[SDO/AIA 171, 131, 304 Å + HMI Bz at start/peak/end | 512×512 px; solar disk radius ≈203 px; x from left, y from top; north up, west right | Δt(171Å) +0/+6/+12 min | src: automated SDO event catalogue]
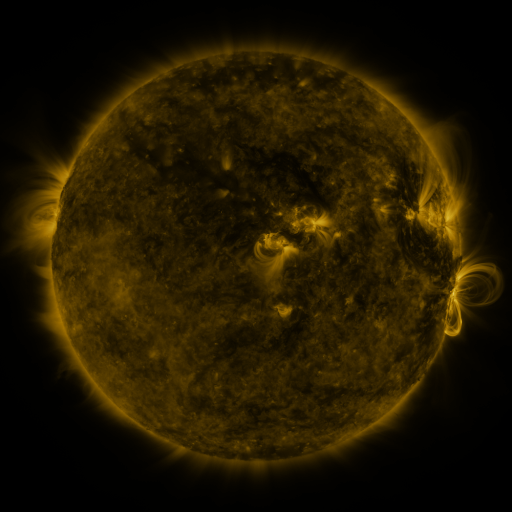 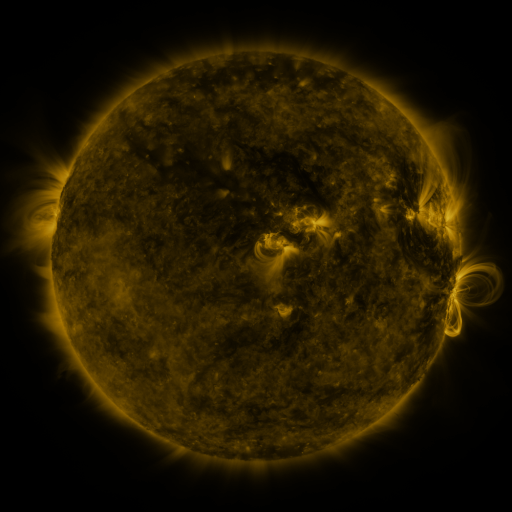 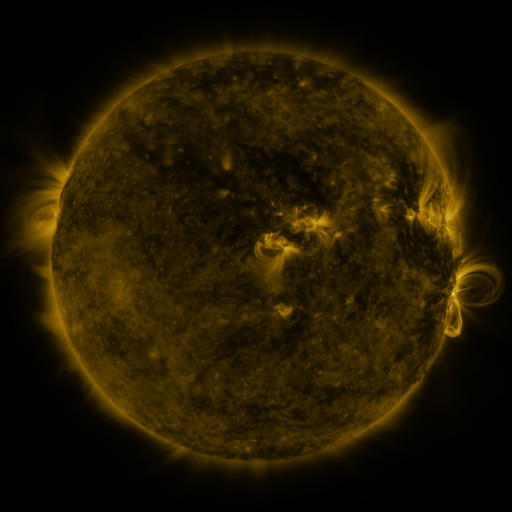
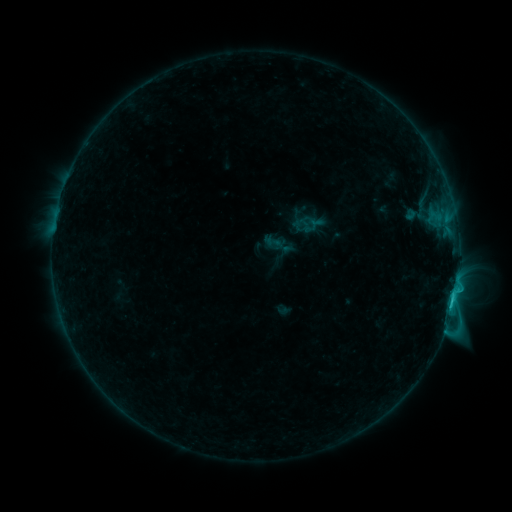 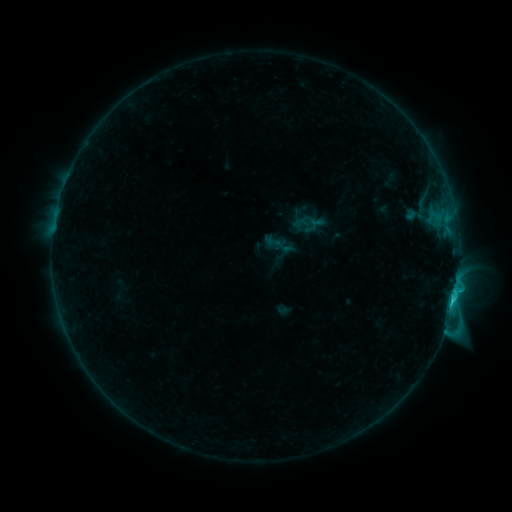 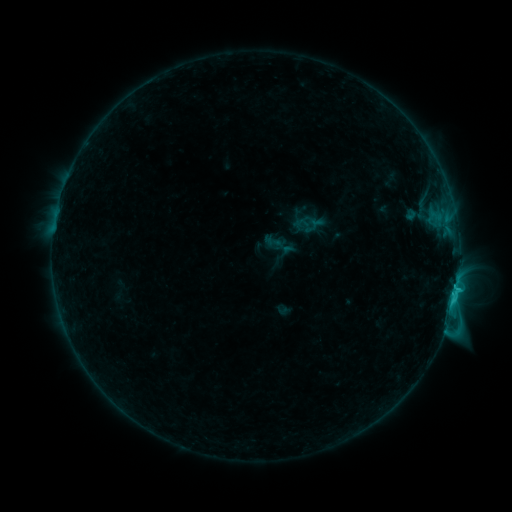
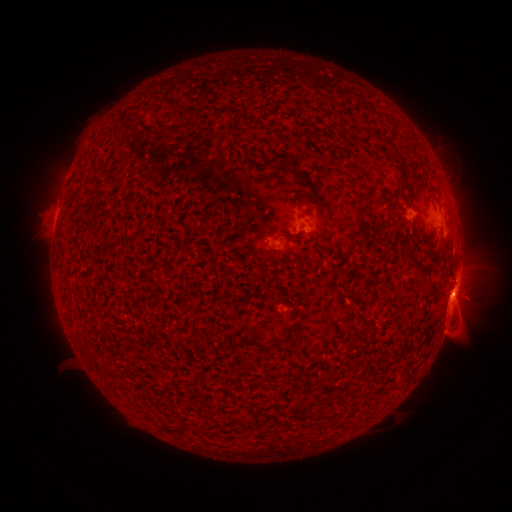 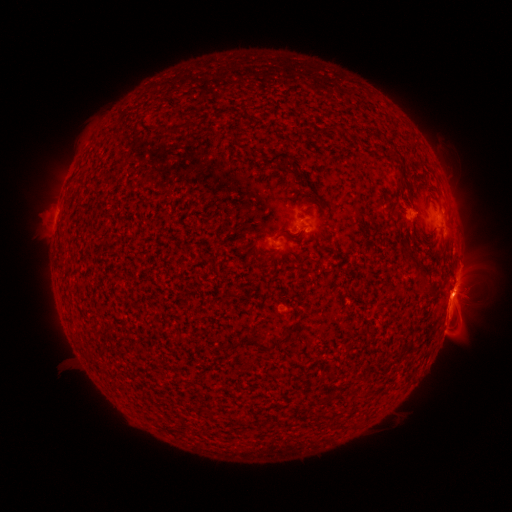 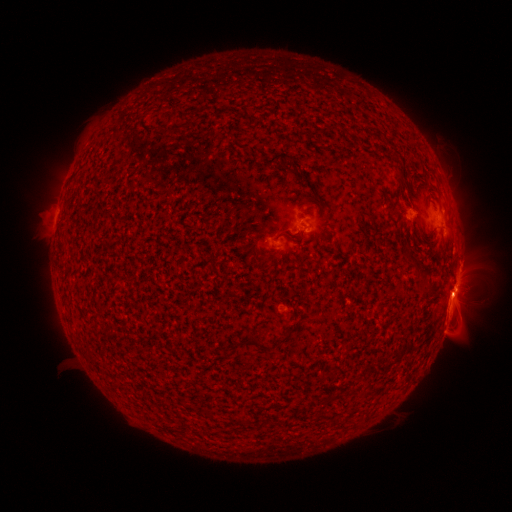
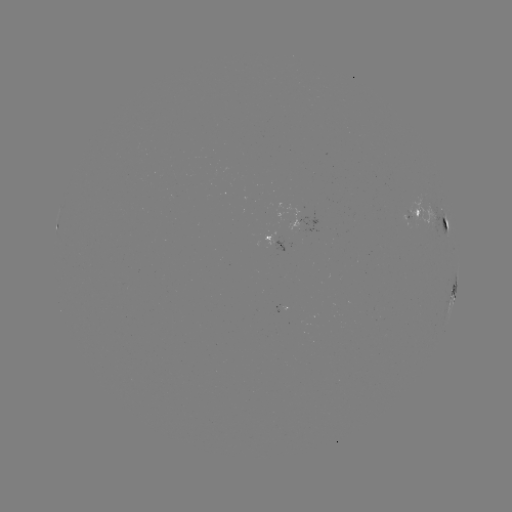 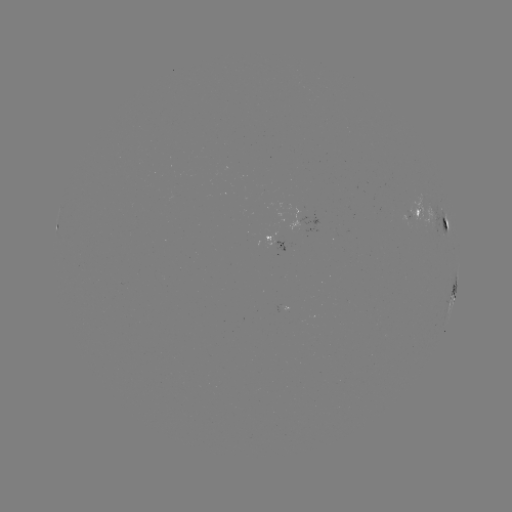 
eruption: [435, 276, 469, 315]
